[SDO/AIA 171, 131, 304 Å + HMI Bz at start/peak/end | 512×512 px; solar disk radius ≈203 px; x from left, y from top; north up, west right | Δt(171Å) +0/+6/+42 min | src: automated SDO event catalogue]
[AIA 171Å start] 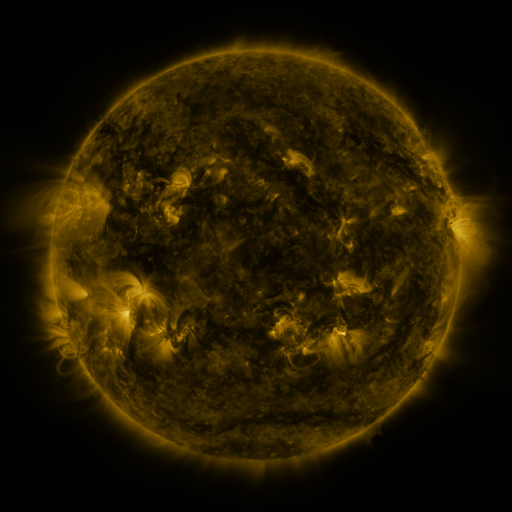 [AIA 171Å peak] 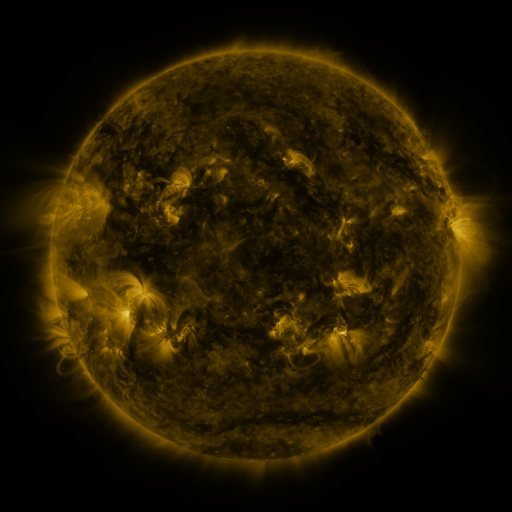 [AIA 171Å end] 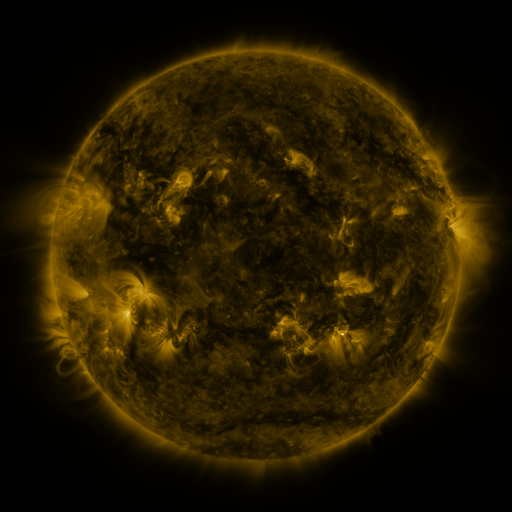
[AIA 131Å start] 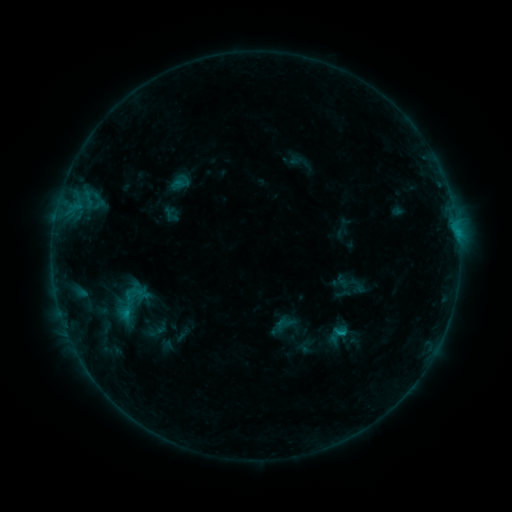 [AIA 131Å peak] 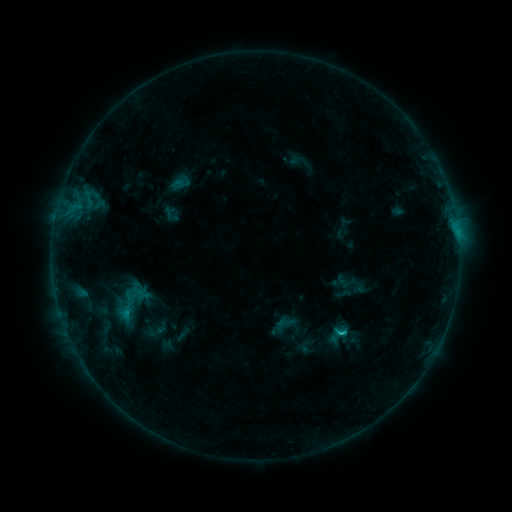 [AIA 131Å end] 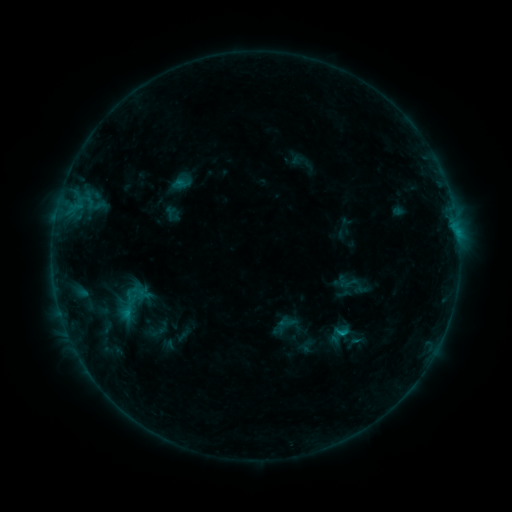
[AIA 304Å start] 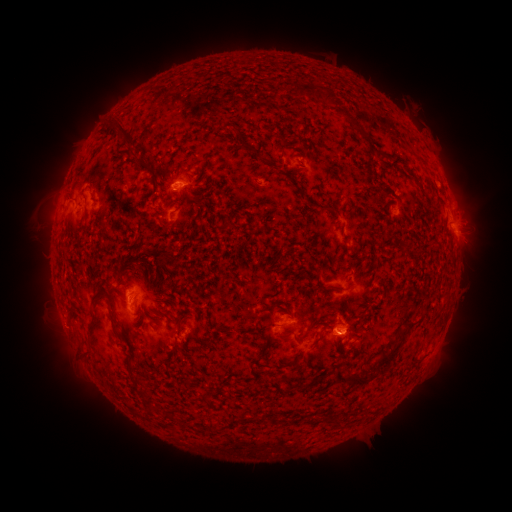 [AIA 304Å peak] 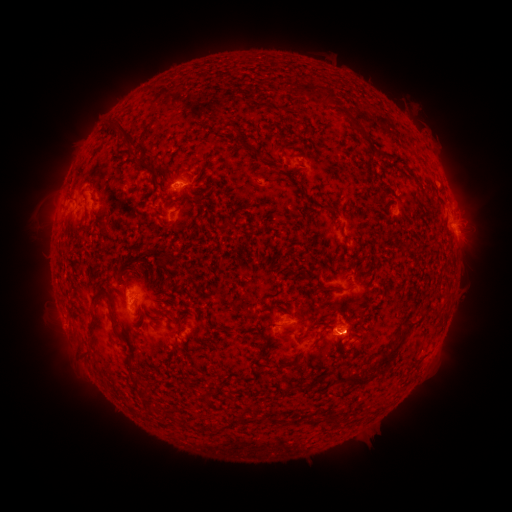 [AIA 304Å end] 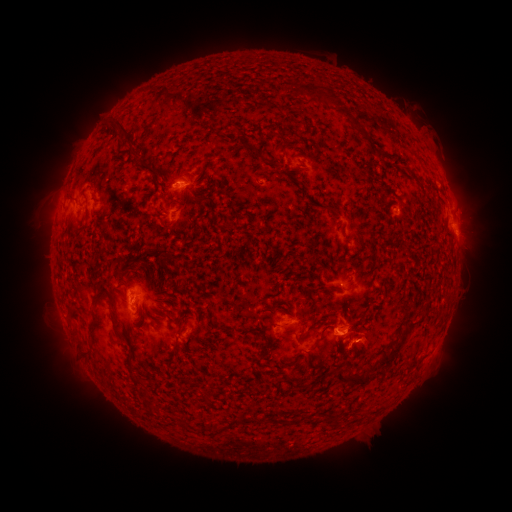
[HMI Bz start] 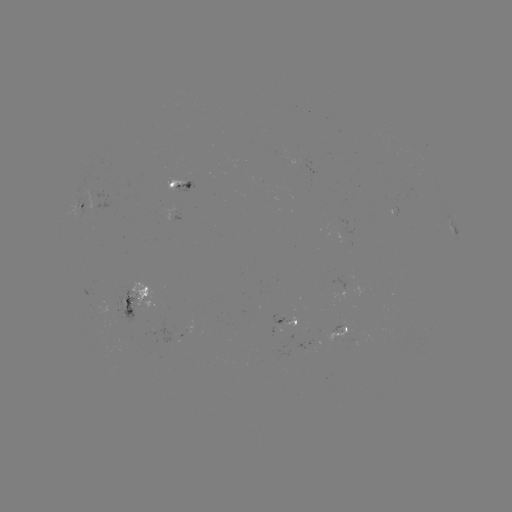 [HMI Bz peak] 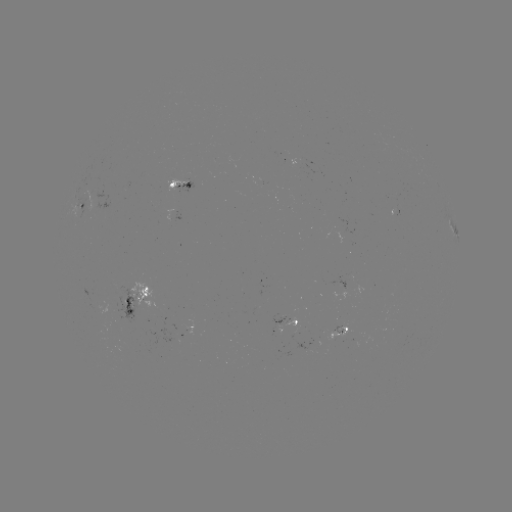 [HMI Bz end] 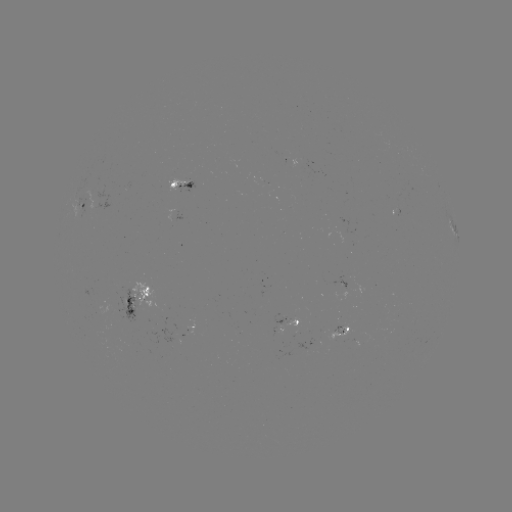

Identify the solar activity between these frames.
B7.7 flare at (341, 333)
